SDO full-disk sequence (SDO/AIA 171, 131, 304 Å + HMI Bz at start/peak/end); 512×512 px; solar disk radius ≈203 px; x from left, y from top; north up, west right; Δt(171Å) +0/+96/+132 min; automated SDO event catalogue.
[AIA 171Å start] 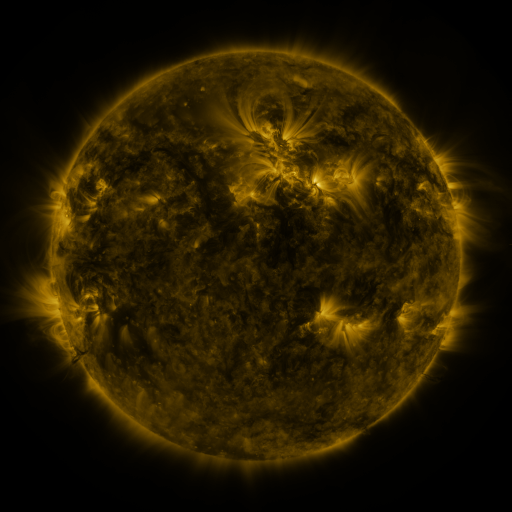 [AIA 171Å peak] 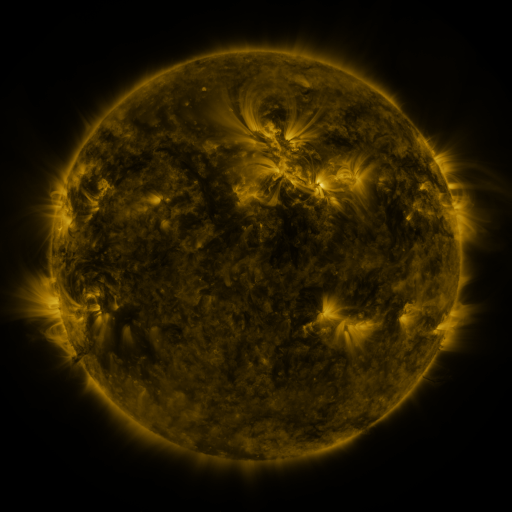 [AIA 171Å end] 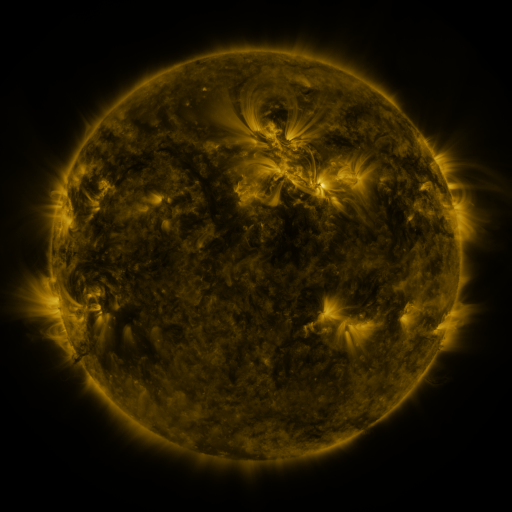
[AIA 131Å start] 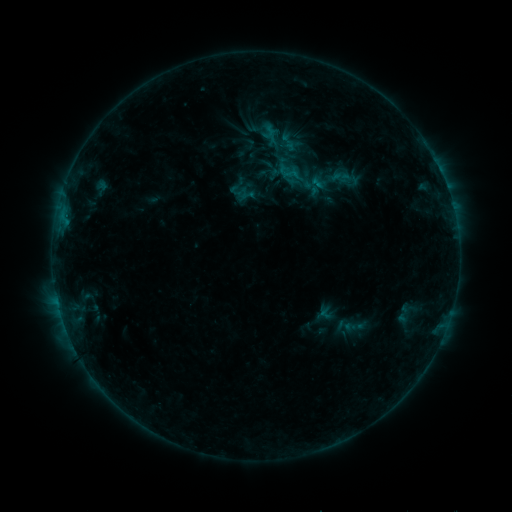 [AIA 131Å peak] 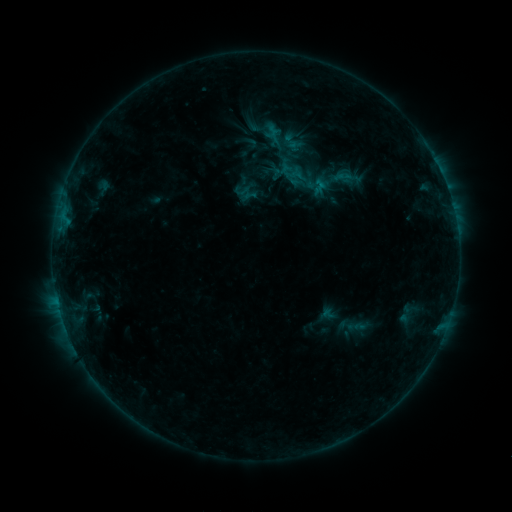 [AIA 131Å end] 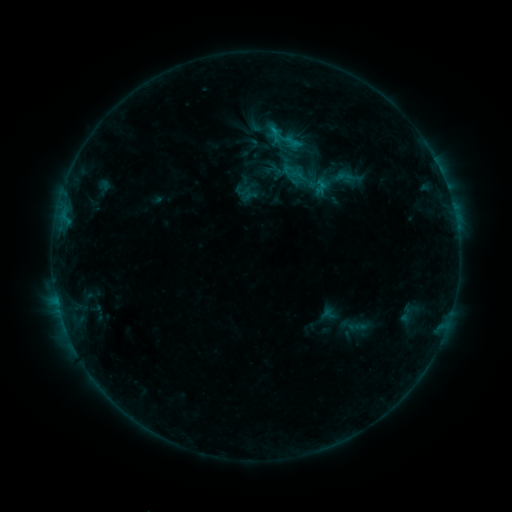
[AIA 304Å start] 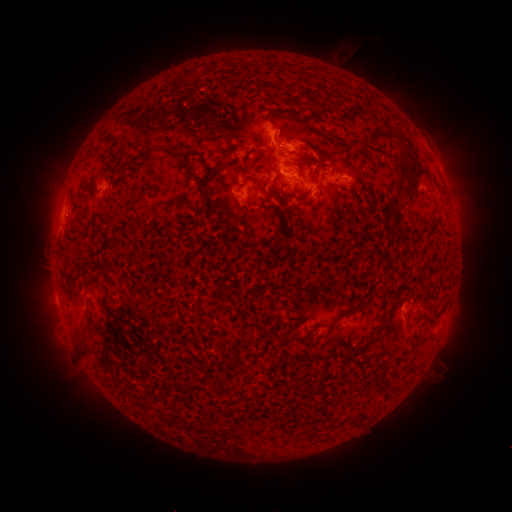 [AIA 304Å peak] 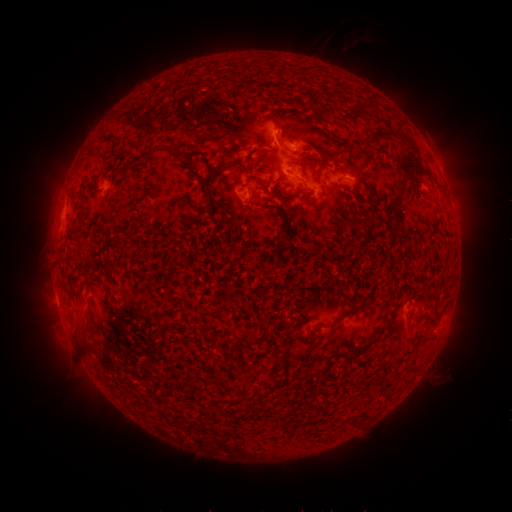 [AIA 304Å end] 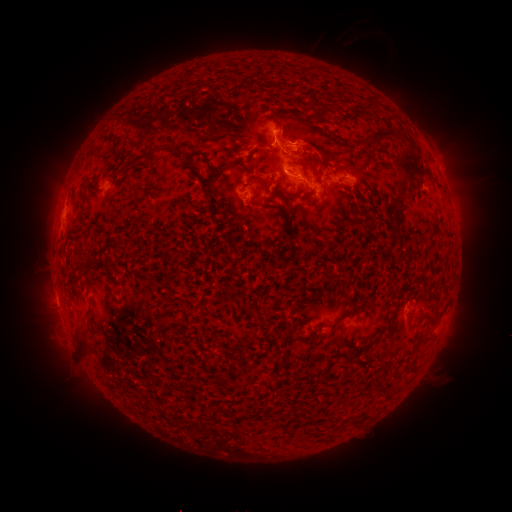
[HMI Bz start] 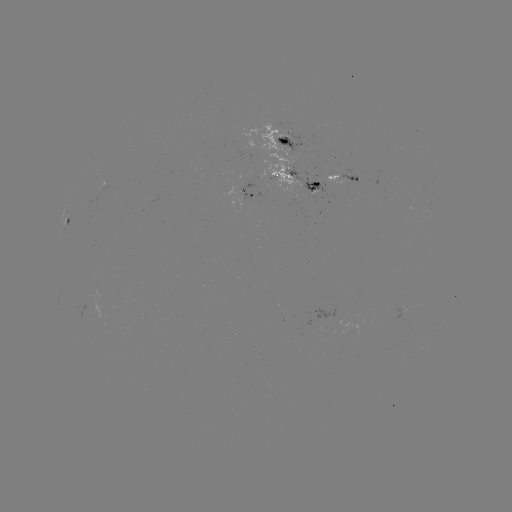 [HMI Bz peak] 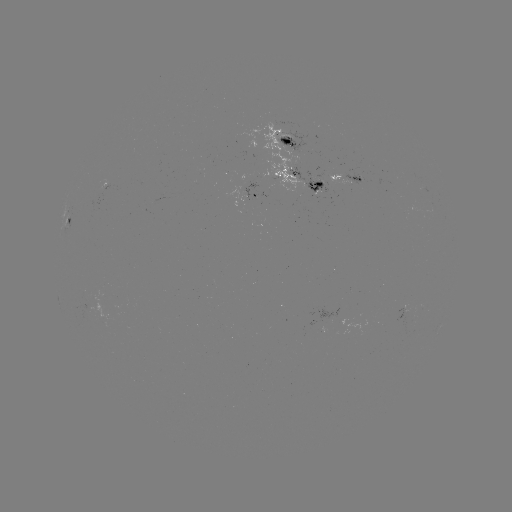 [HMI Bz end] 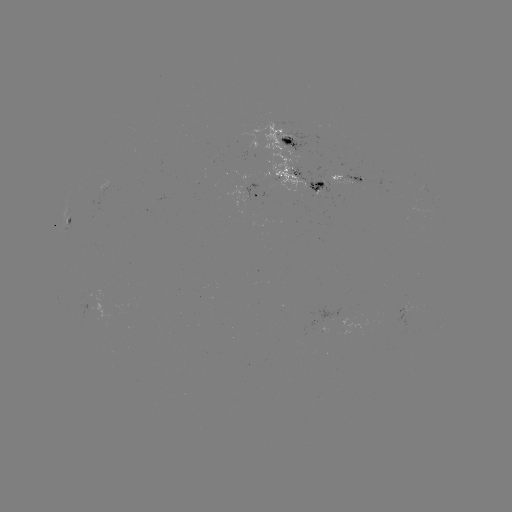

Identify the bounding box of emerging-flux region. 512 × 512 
[338, 167, 365, 187].